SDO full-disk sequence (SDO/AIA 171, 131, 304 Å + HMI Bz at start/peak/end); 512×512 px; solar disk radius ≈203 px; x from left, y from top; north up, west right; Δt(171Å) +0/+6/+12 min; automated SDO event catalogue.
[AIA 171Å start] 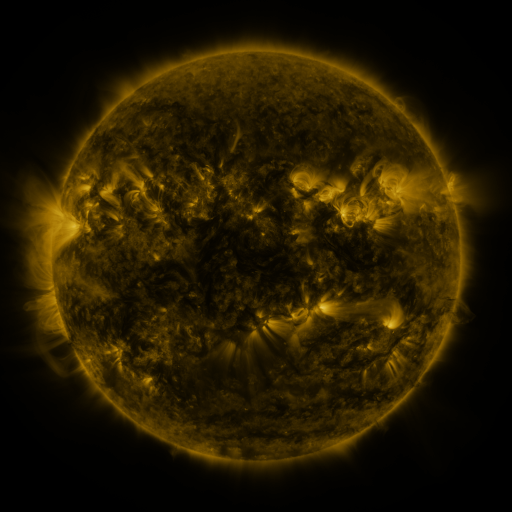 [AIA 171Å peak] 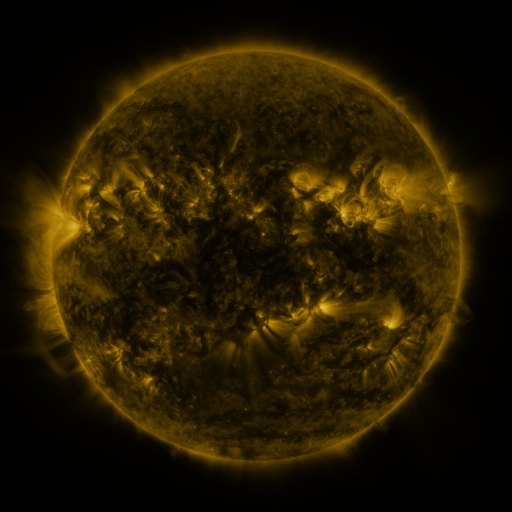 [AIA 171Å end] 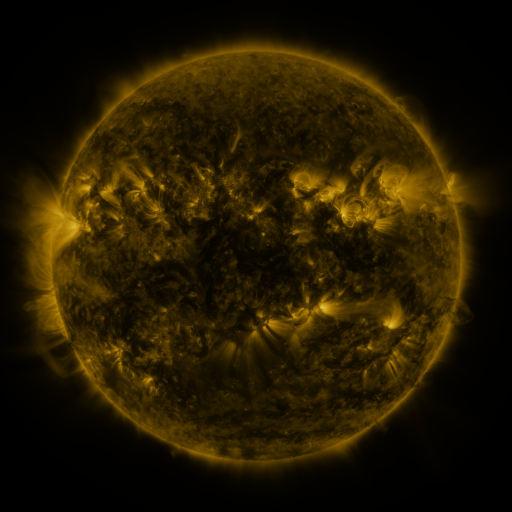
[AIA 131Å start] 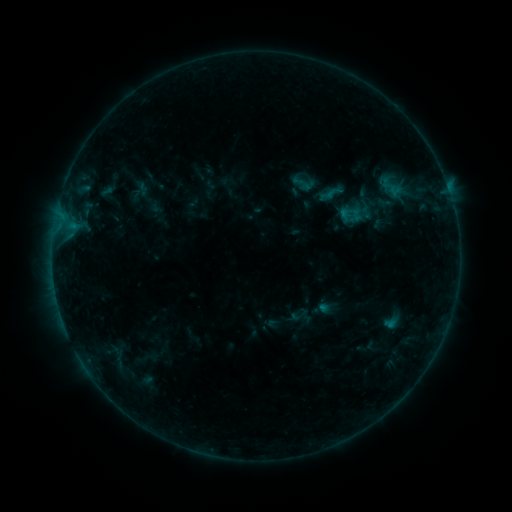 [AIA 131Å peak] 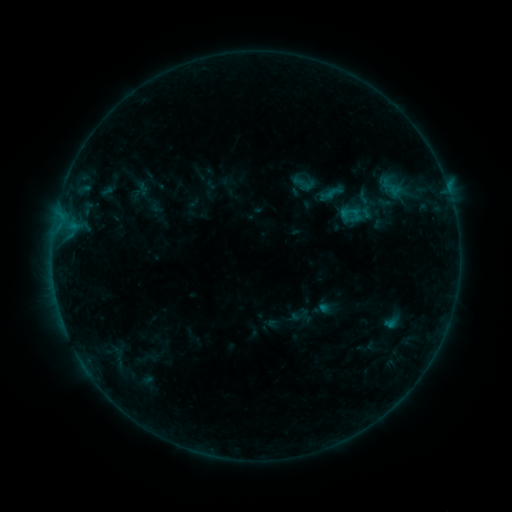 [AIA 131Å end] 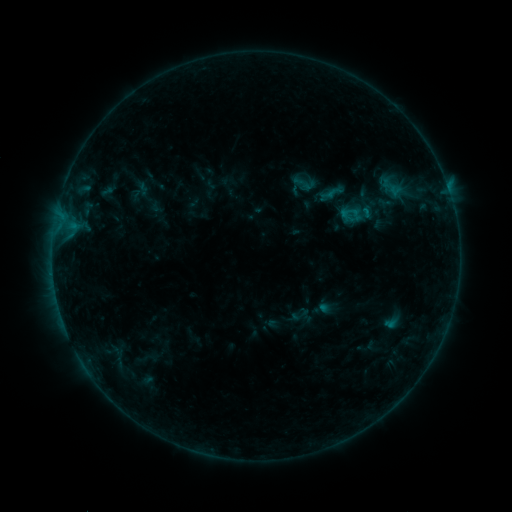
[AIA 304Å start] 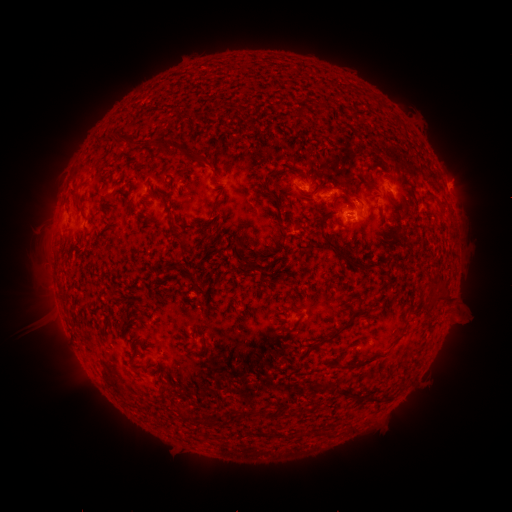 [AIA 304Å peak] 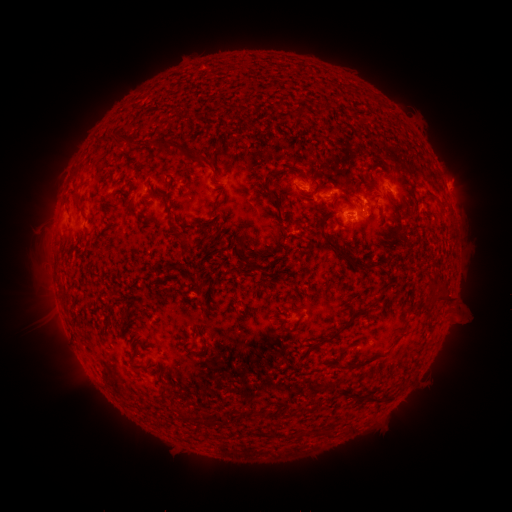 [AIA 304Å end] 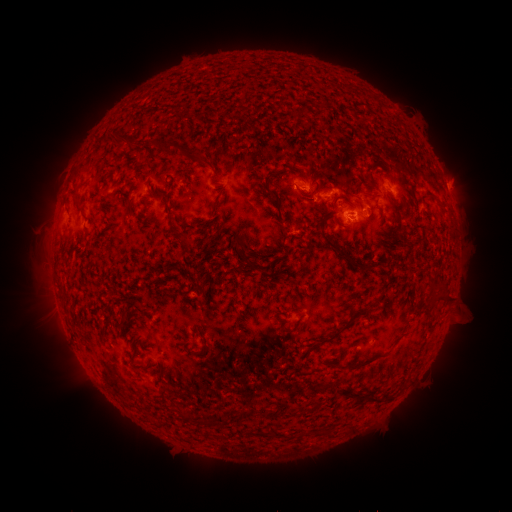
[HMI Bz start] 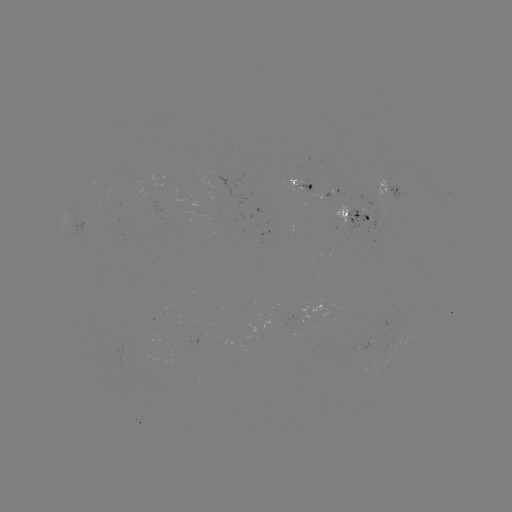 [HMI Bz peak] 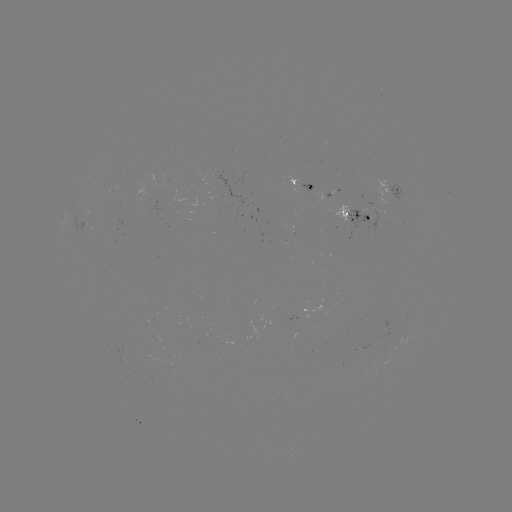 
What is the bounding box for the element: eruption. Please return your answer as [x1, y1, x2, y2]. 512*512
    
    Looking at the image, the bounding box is [338, 169, 386, 213].